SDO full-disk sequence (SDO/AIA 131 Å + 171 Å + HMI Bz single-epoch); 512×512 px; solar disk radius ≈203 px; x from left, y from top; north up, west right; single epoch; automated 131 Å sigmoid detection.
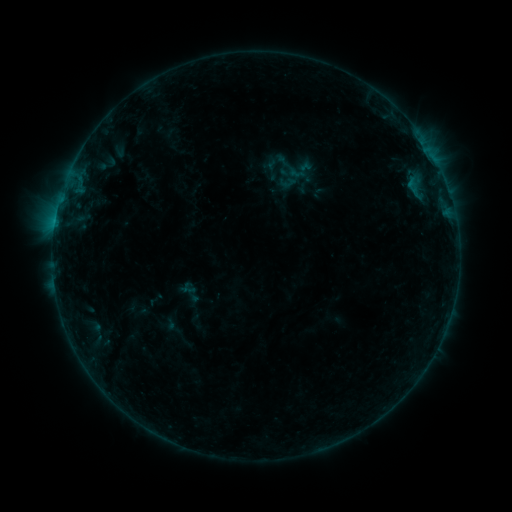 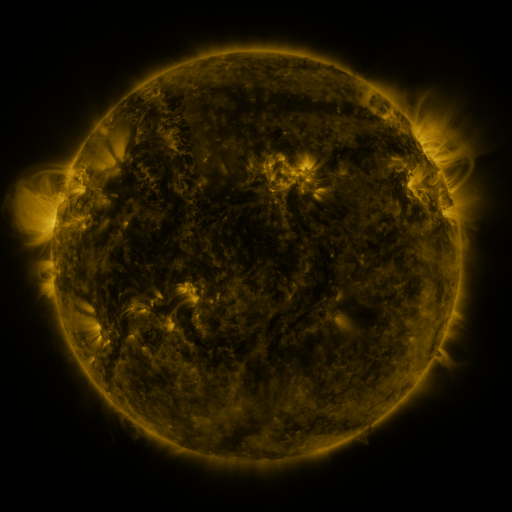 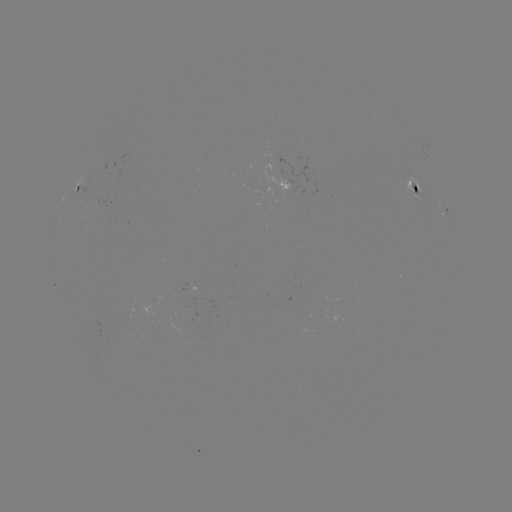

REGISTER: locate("sigmoid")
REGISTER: [296, 173]